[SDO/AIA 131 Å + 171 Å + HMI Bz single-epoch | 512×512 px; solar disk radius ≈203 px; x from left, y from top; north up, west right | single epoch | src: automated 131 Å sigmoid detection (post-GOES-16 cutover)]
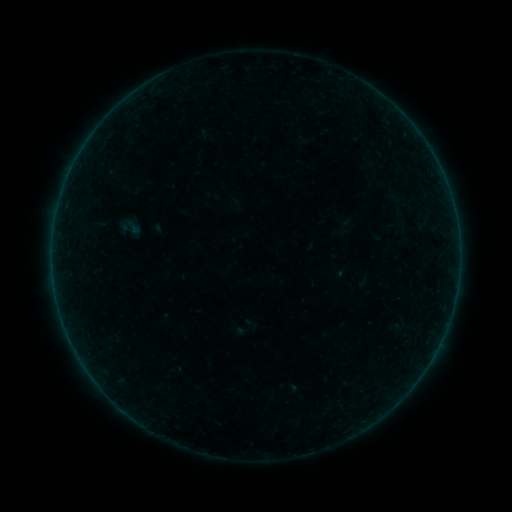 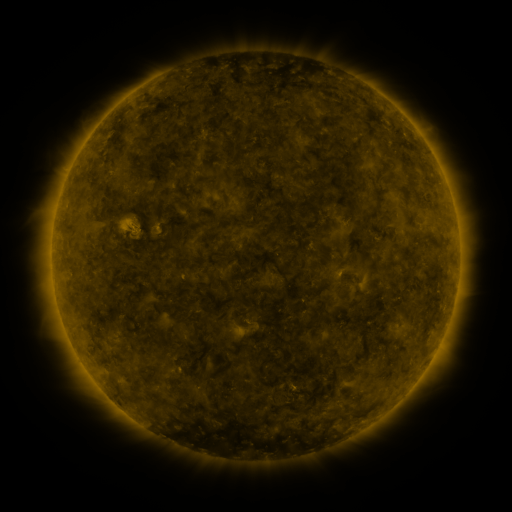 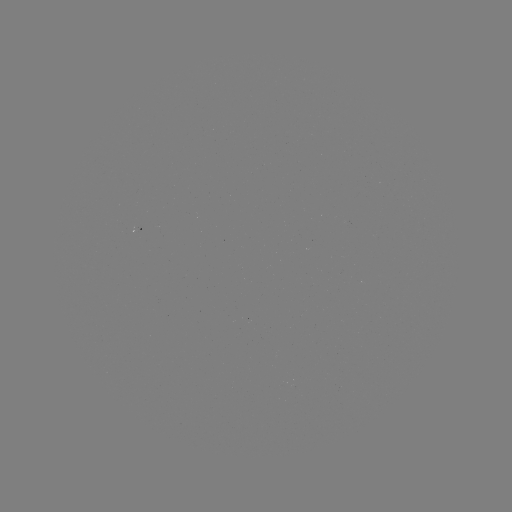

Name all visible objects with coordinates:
sigmoid: [119, 214, 144, 239]
